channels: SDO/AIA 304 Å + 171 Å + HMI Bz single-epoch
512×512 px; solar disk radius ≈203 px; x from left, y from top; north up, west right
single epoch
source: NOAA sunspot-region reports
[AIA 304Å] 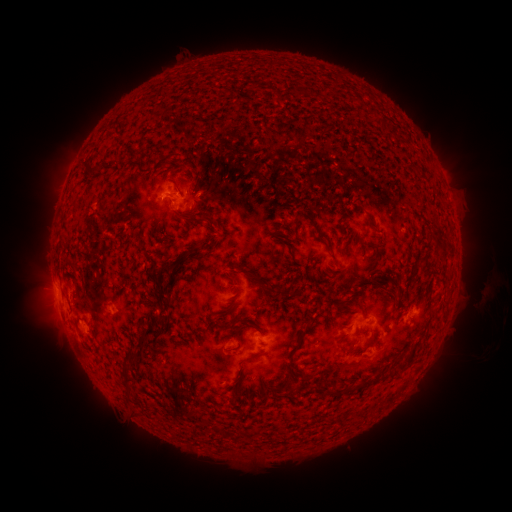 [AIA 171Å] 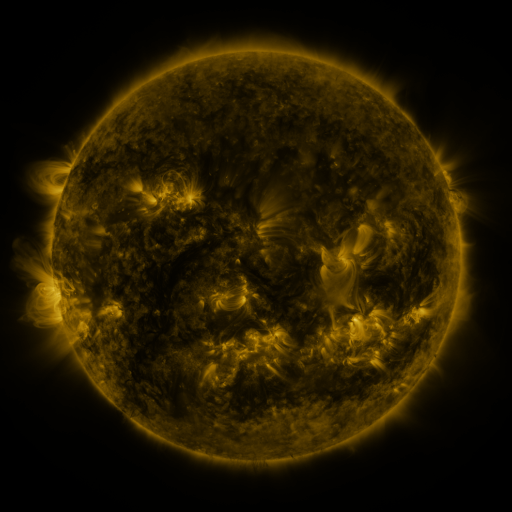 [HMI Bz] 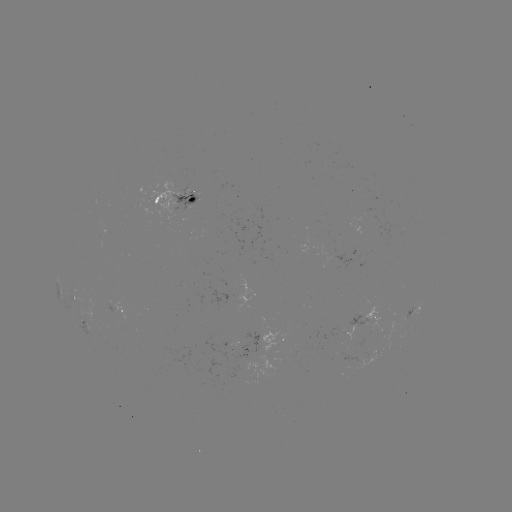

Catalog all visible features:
spotted active region: (178, 200)
spotted active region: (77, 298)
spotted active region: (415, 308)
spotted active region: (122, 310)
spotted active region: (366, 318)
spotted active region: (91, 327)
spotted active region: (262, 338)
